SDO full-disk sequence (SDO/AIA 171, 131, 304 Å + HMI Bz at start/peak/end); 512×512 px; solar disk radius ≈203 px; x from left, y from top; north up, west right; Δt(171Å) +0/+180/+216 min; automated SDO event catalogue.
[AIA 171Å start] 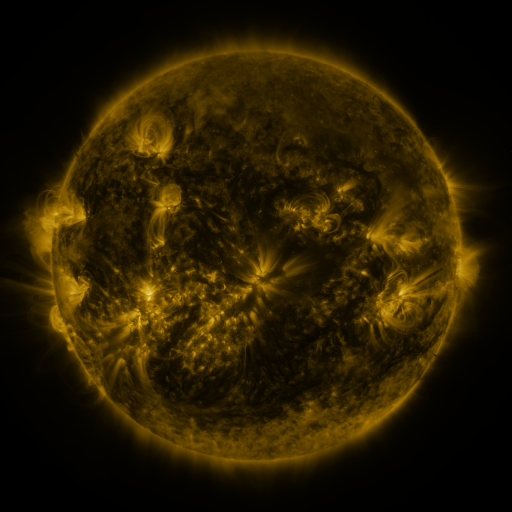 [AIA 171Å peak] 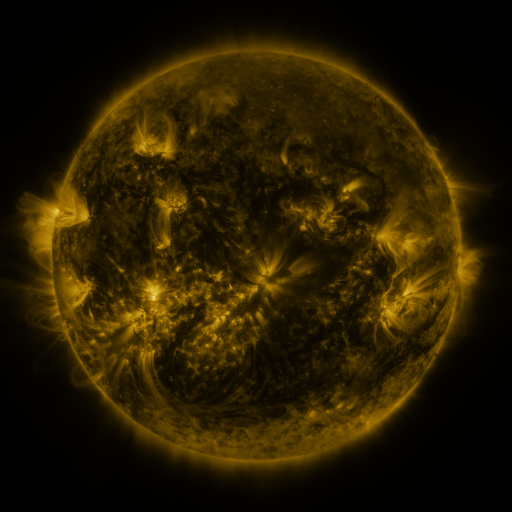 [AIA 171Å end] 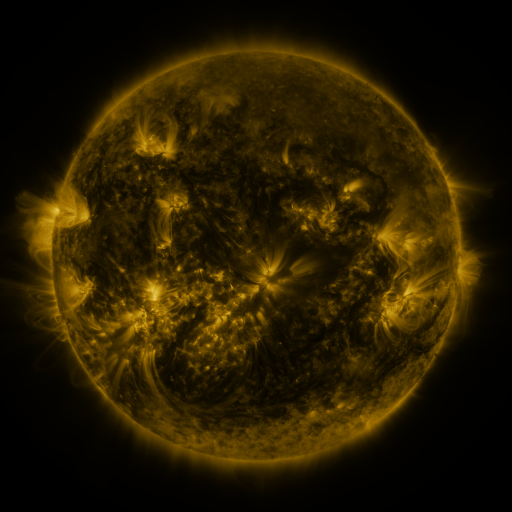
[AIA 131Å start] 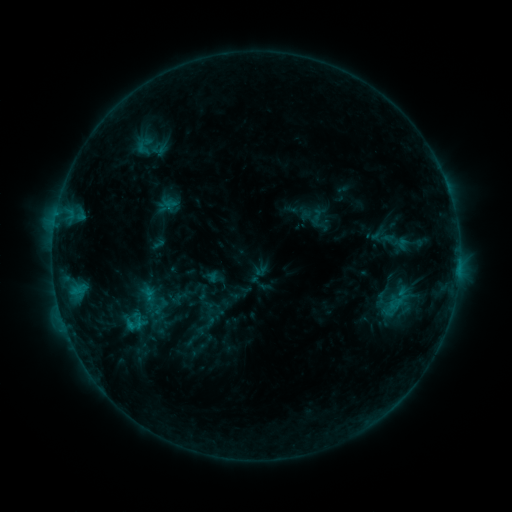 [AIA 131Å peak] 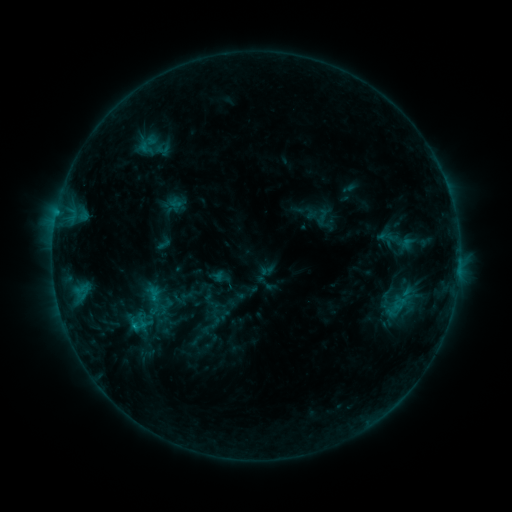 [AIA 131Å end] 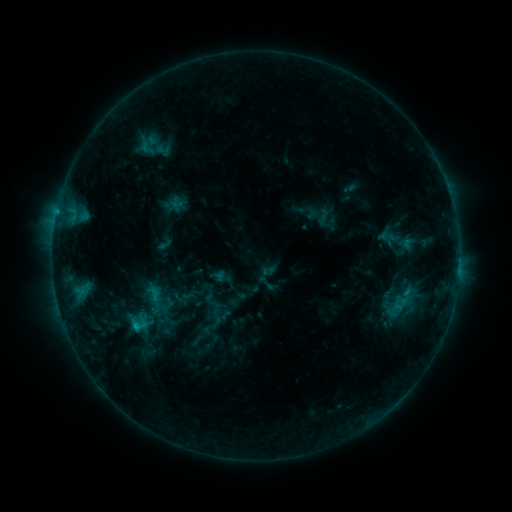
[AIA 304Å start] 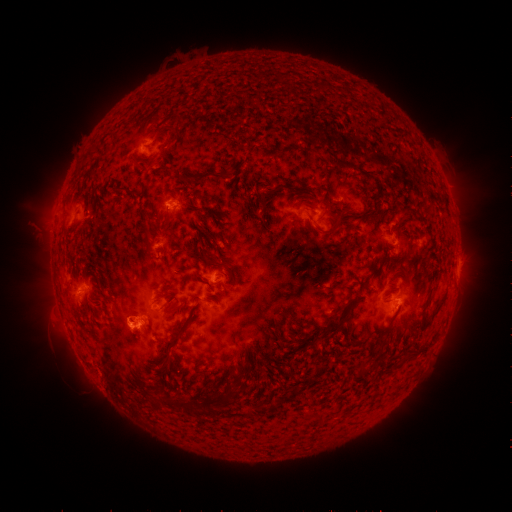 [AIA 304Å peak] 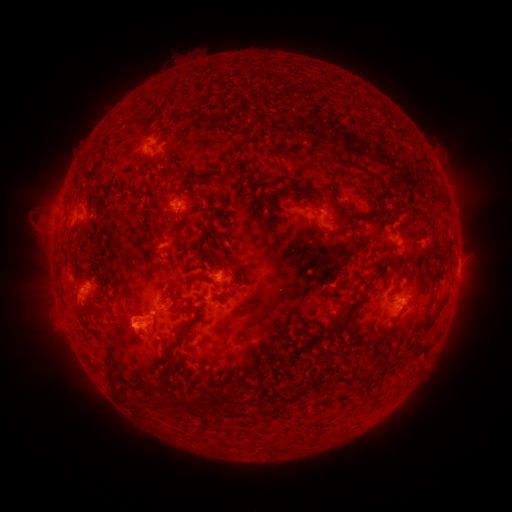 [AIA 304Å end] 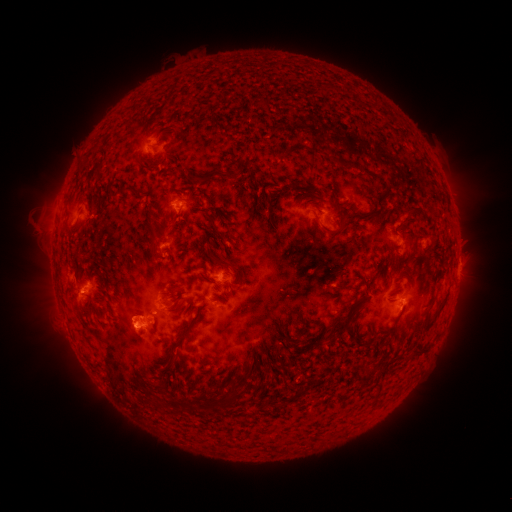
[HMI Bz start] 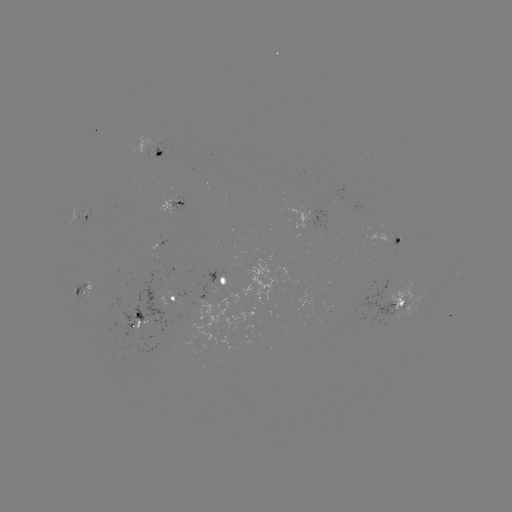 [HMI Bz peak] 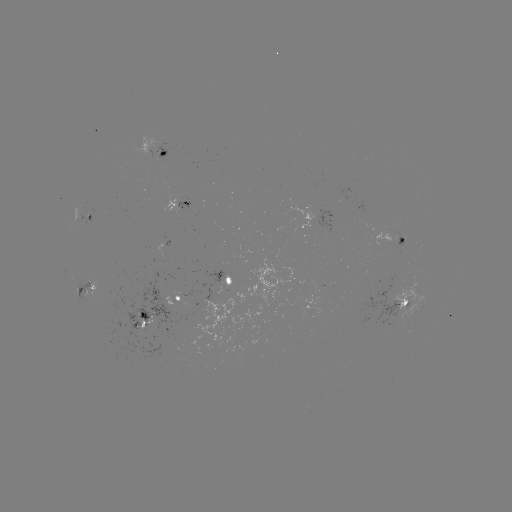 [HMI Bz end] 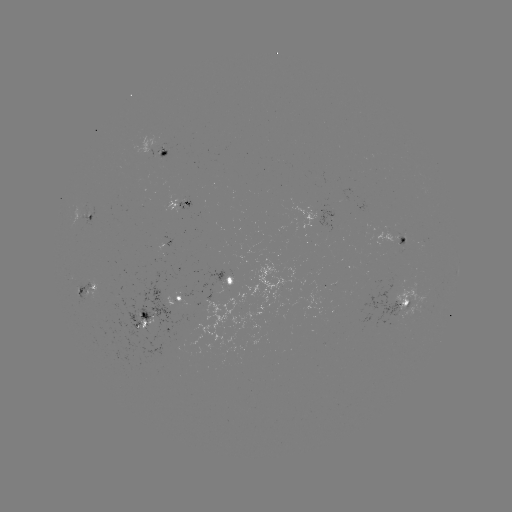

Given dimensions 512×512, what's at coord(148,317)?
emerging-flux region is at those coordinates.